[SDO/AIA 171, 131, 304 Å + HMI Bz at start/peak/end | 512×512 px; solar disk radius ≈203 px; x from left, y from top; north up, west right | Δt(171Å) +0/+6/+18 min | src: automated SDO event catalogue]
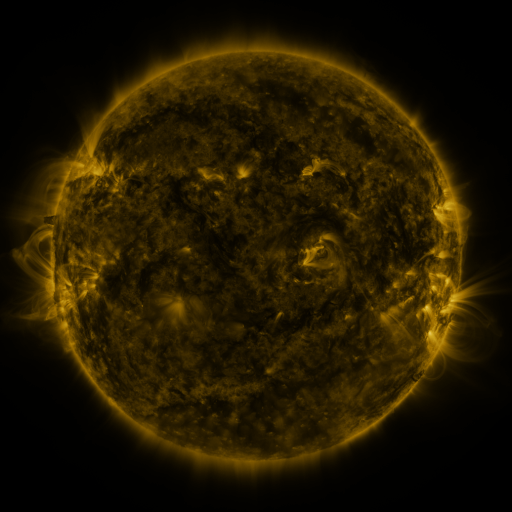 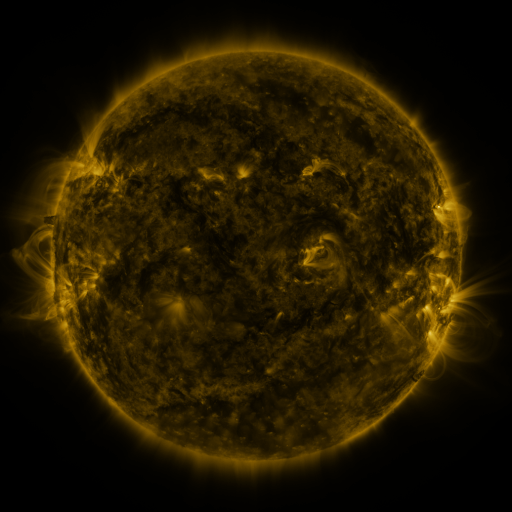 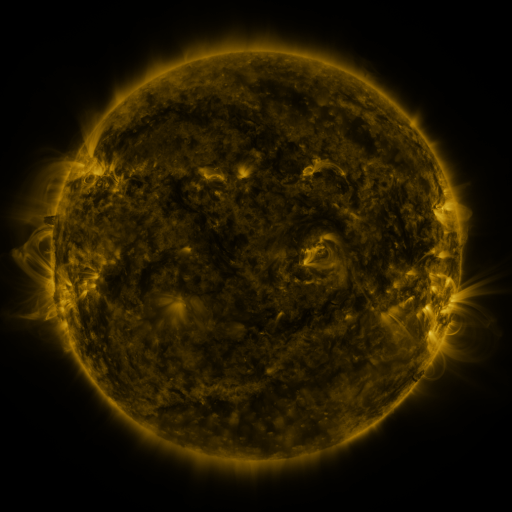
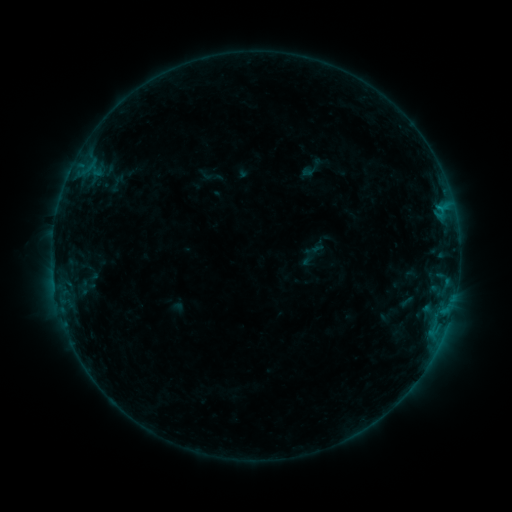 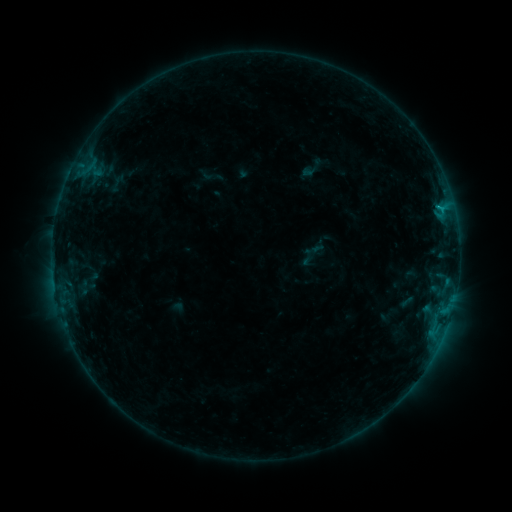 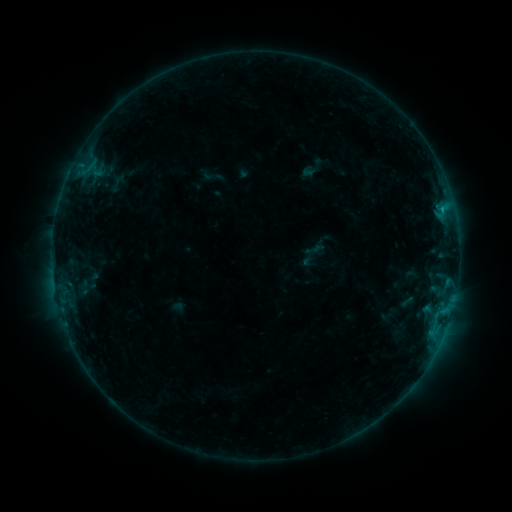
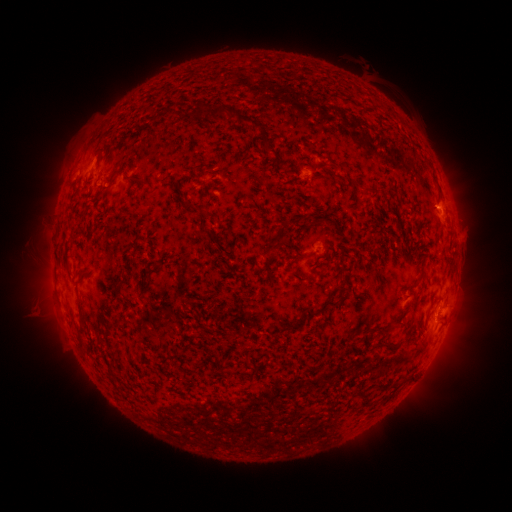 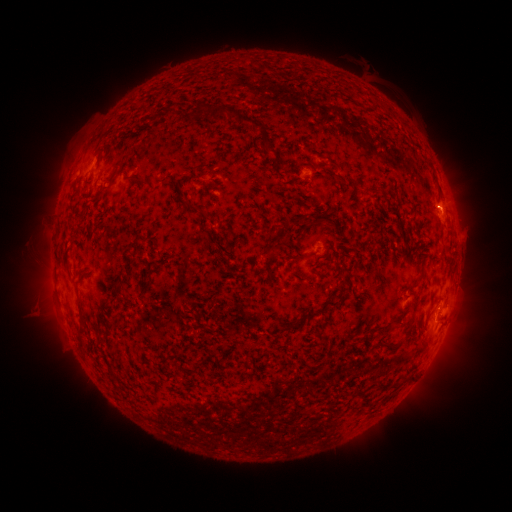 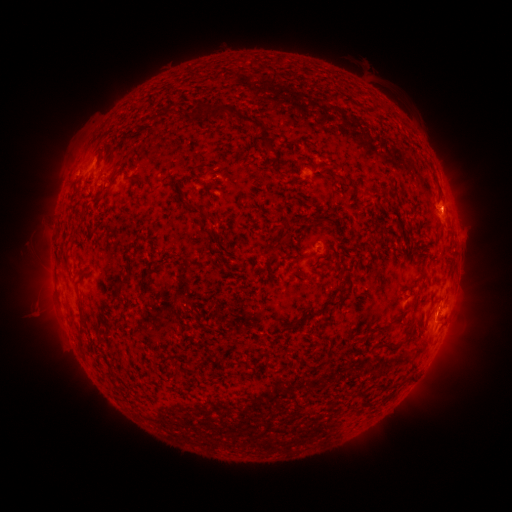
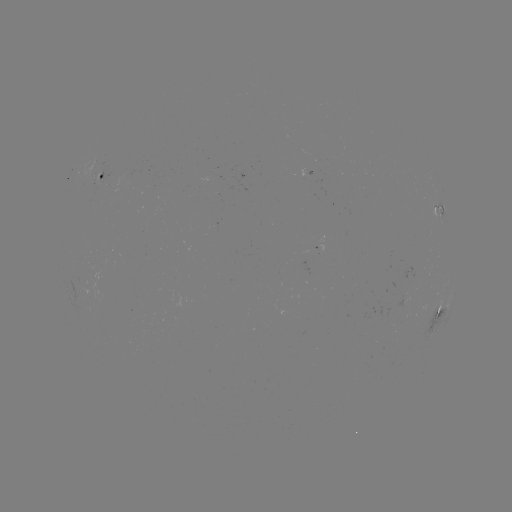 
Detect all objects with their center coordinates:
eruption: (451, 211)
